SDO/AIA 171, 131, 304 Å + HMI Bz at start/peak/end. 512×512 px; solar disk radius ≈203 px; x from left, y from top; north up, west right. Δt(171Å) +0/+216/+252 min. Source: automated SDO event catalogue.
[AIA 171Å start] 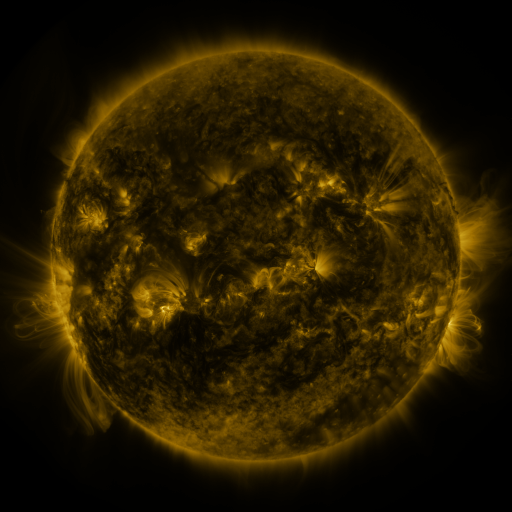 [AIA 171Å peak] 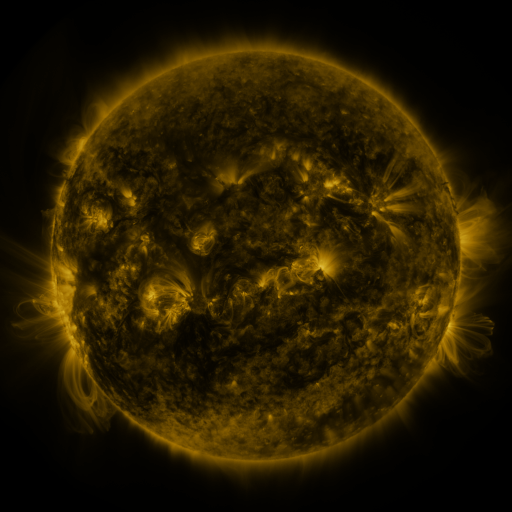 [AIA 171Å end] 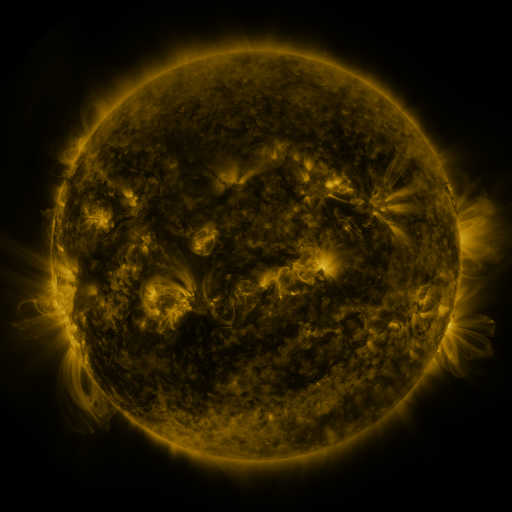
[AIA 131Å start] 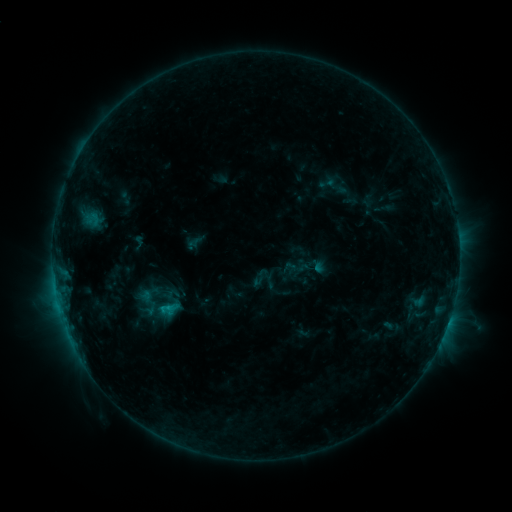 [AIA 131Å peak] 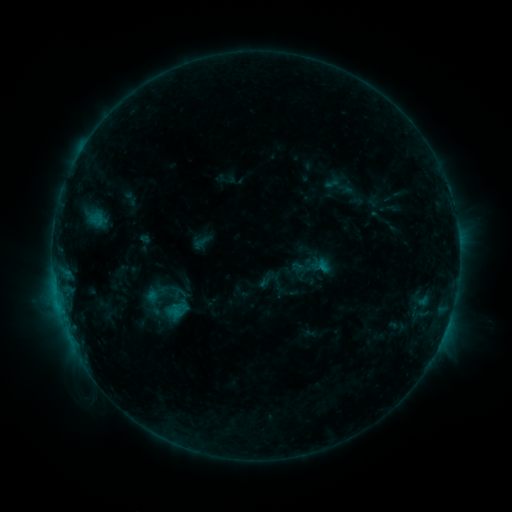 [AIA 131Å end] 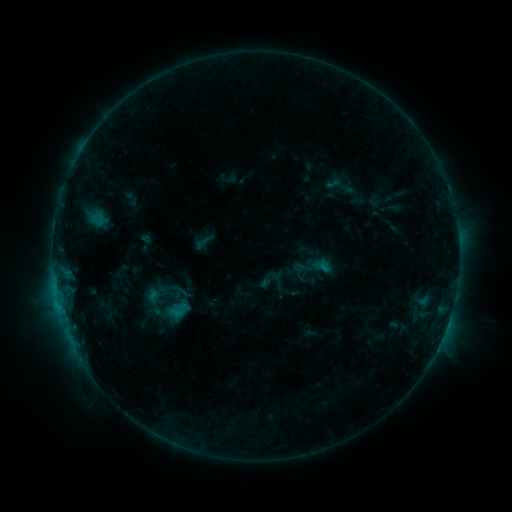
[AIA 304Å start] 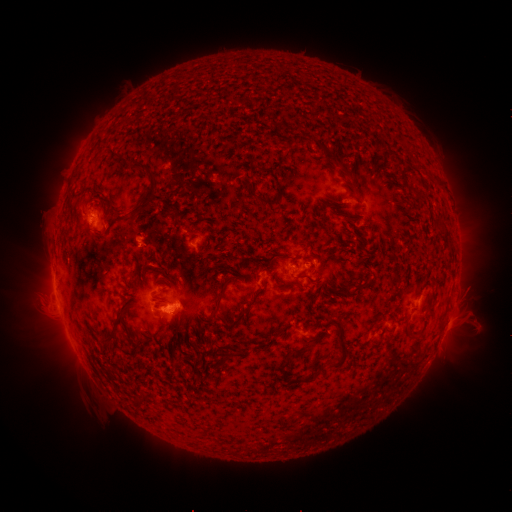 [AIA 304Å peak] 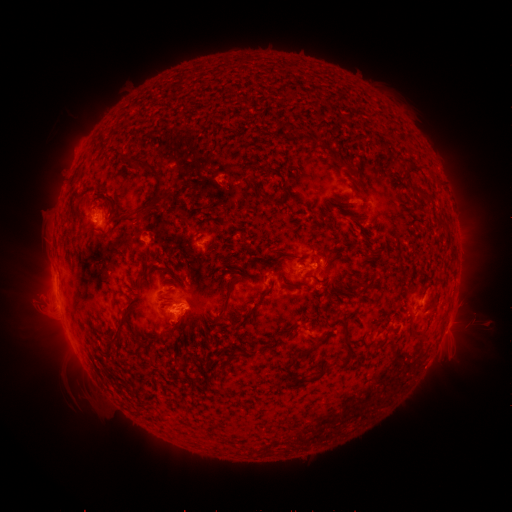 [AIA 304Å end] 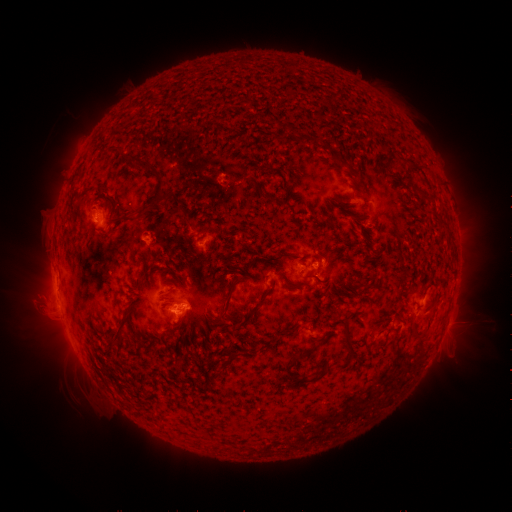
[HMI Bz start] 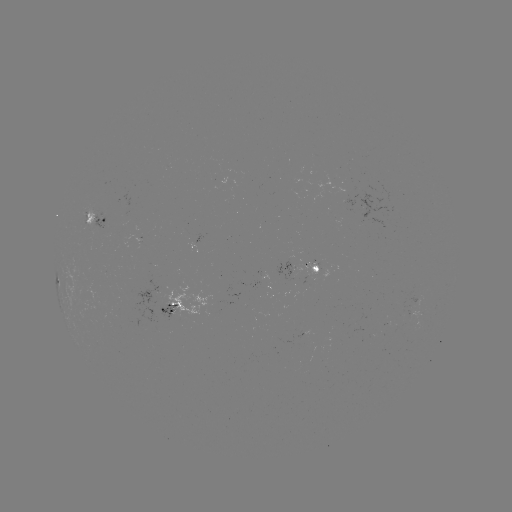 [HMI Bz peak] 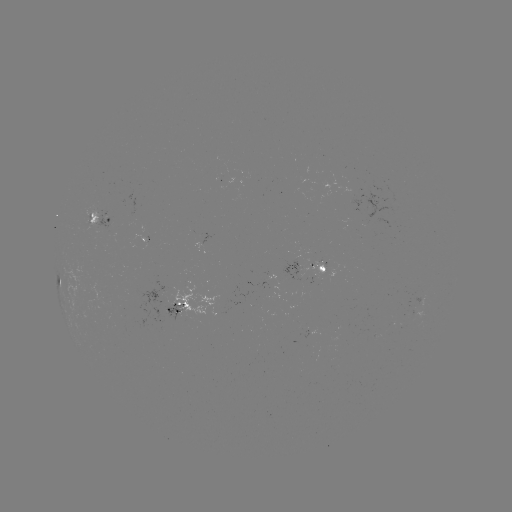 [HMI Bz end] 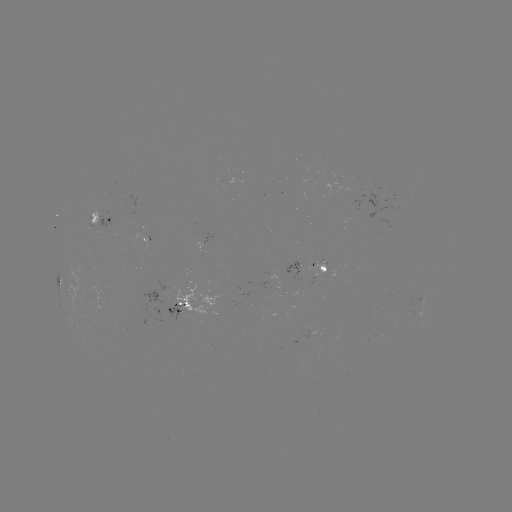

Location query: emerging-flux region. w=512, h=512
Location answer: [147, 236].